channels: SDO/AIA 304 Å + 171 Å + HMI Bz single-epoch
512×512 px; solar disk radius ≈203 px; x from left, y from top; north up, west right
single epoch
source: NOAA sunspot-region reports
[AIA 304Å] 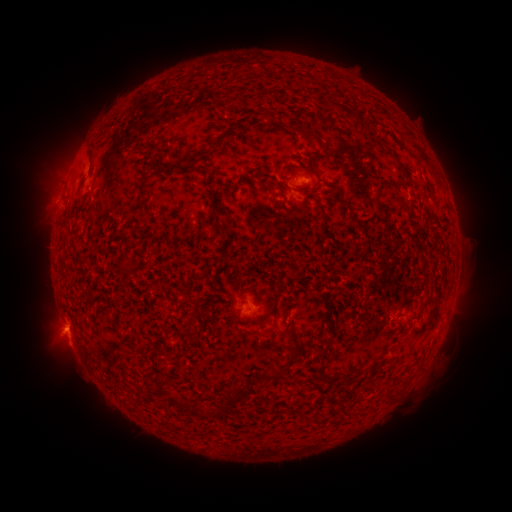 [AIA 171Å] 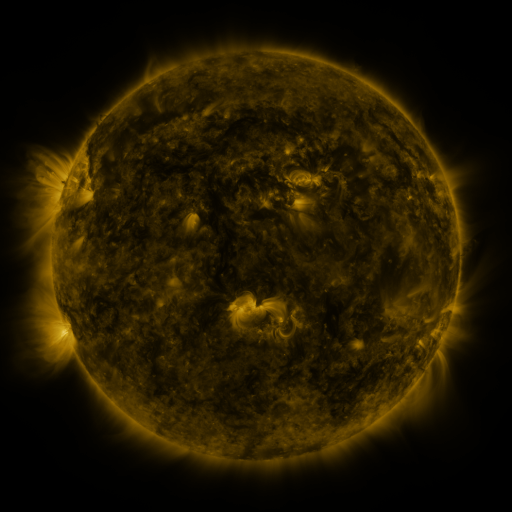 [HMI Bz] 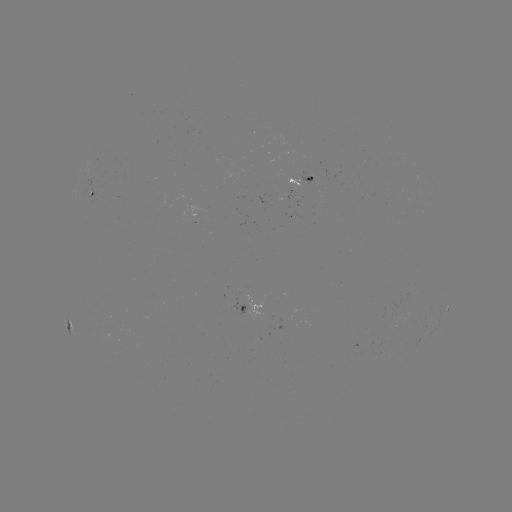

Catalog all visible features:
spotted active region: (305, 178)
spotted active region: (97, 190)
spotted active region: (256, 308)
spotted active region: (447, 311)
spotted active region: (69, 317)
